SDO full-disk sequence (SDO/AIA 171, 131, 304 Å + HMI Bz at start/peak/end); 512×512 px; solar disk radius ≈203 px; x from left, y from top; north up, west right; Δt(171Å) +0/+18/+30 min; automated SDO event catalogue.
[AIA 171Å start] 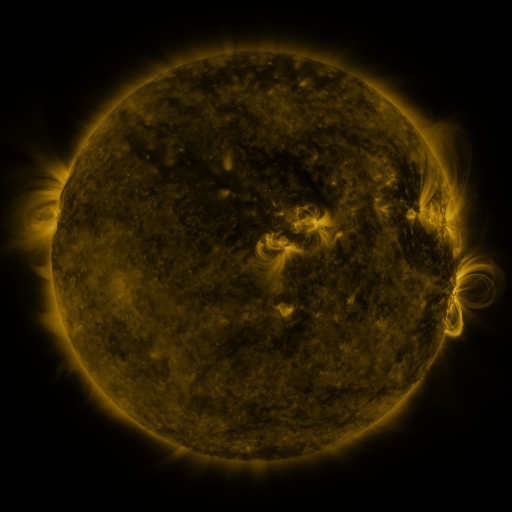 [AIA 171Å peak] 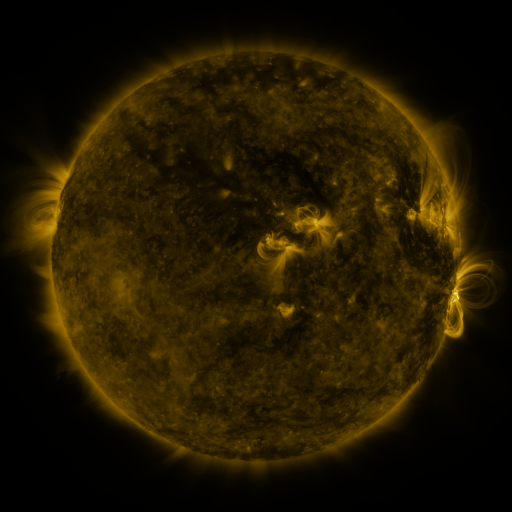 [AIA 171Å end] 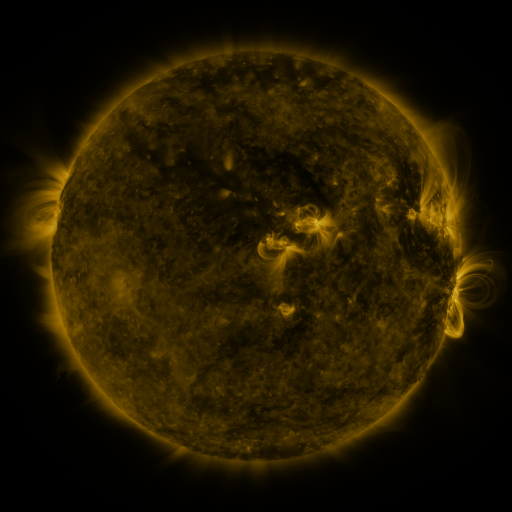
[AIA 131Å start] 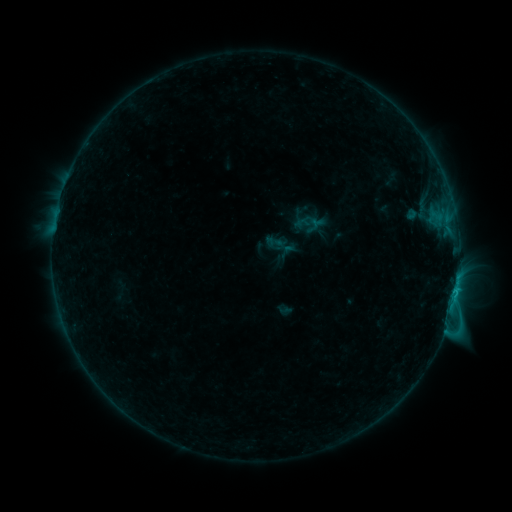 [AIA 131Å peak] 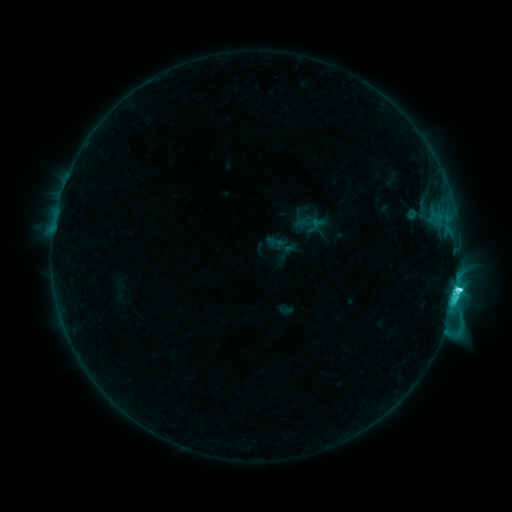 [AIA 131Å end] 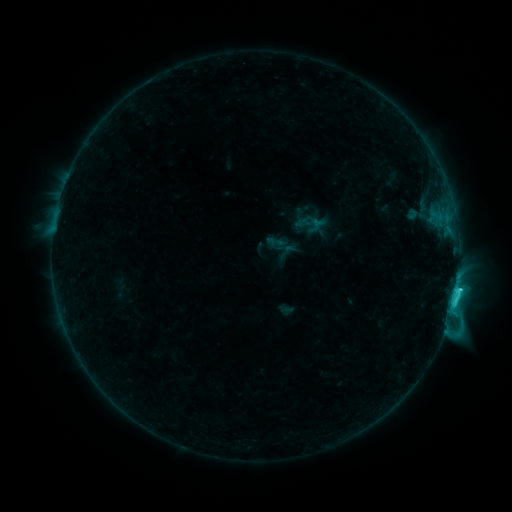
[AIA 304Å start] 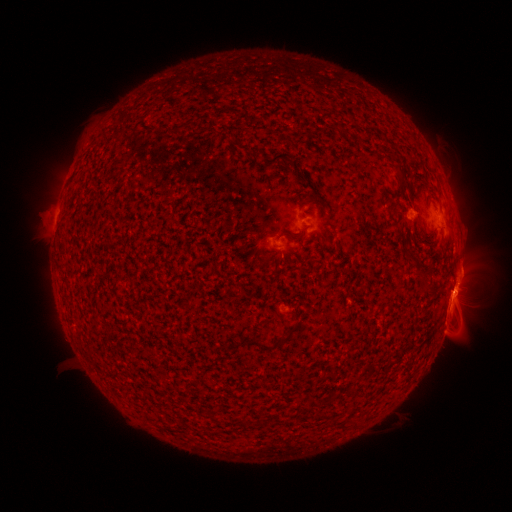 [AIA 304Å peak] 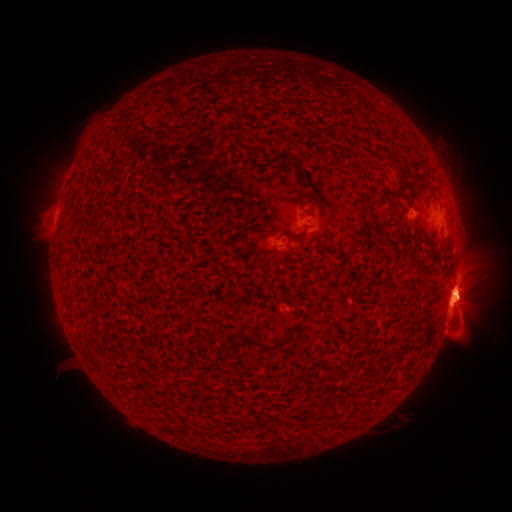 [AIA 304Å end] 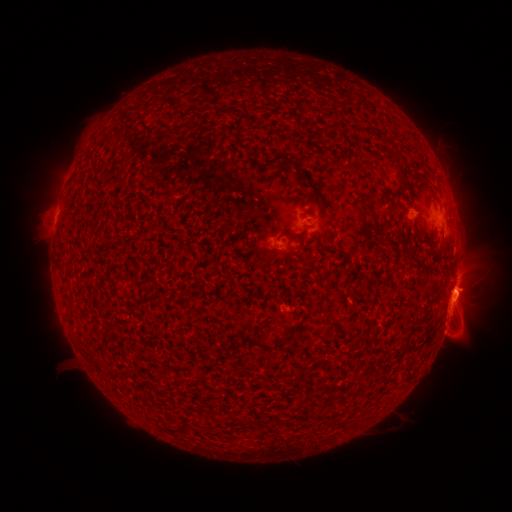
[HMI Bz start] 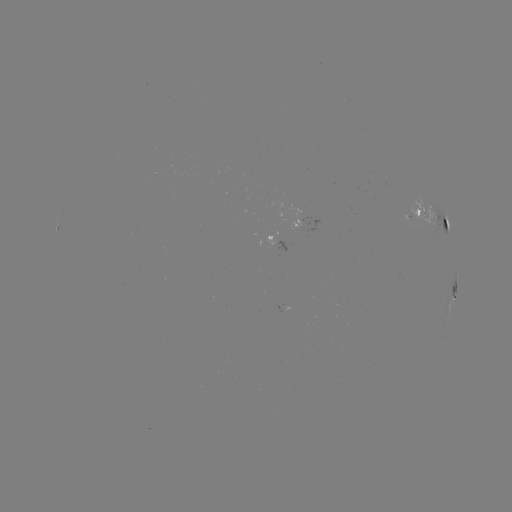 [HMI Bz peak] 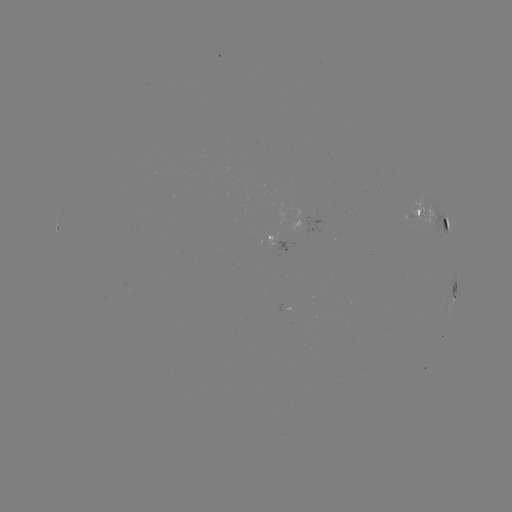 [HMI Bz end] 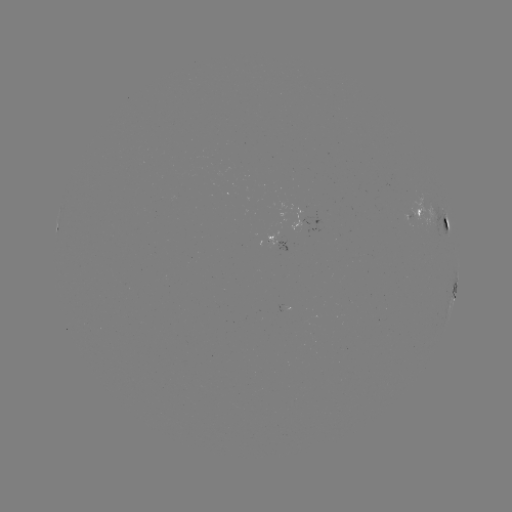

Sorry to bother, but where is C4.7 flare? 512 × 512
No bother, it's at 456,288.